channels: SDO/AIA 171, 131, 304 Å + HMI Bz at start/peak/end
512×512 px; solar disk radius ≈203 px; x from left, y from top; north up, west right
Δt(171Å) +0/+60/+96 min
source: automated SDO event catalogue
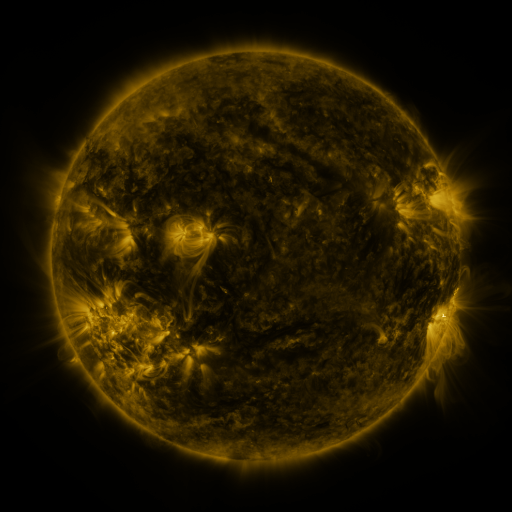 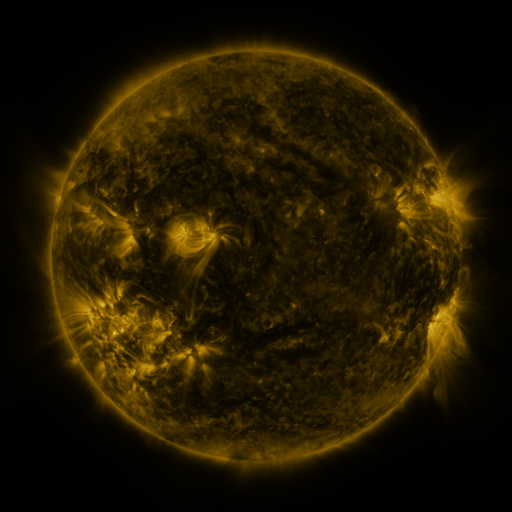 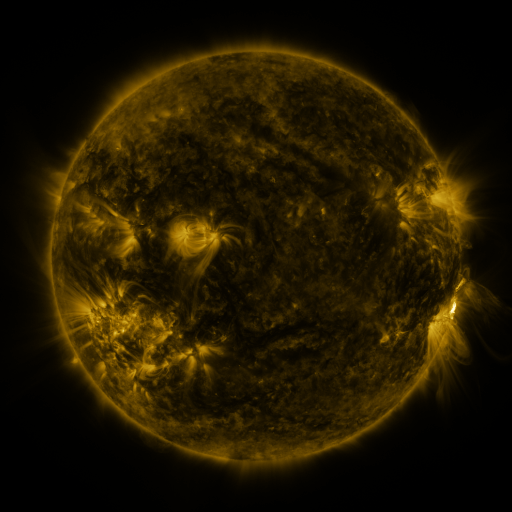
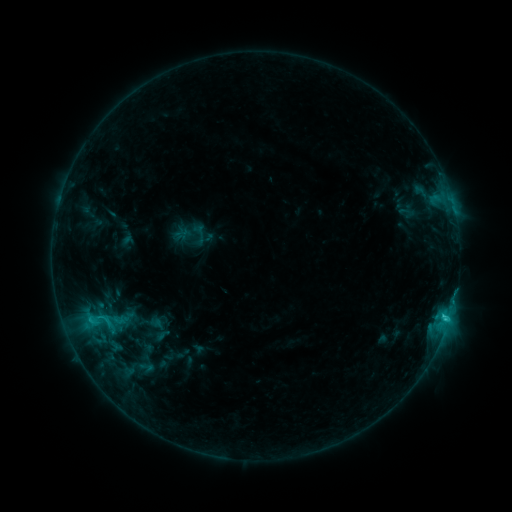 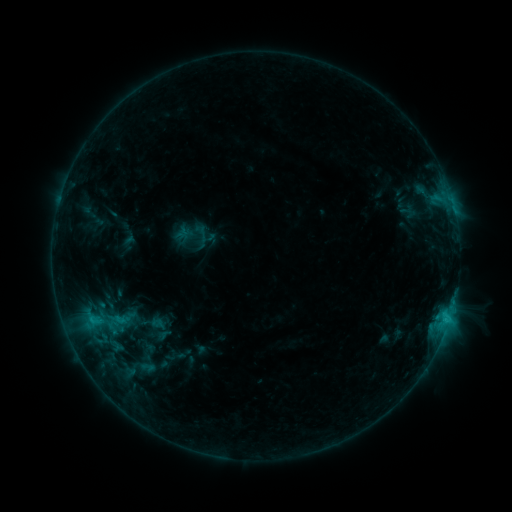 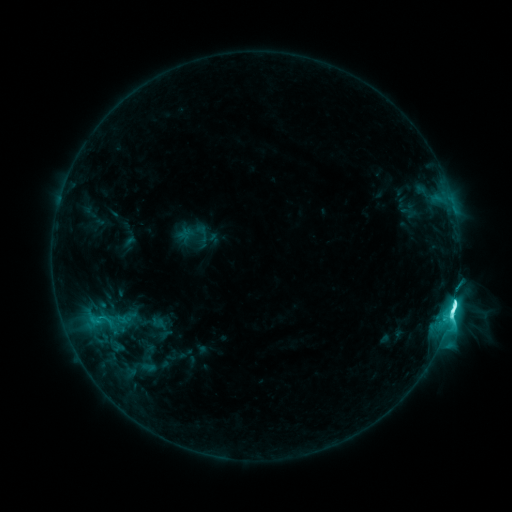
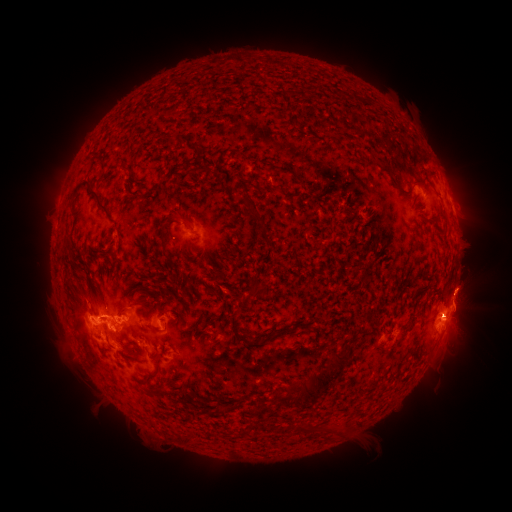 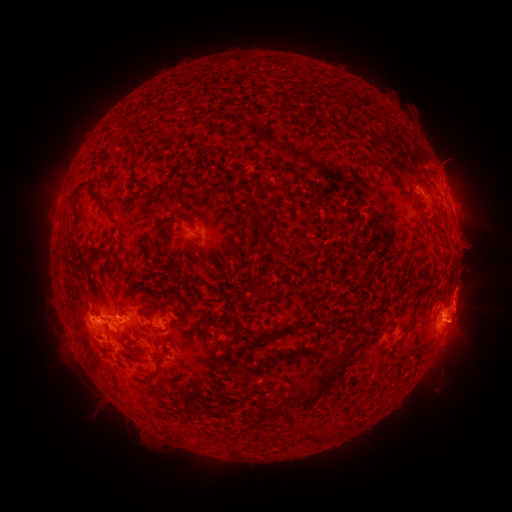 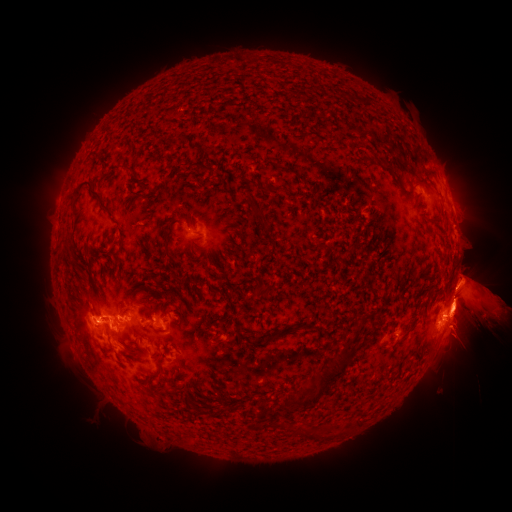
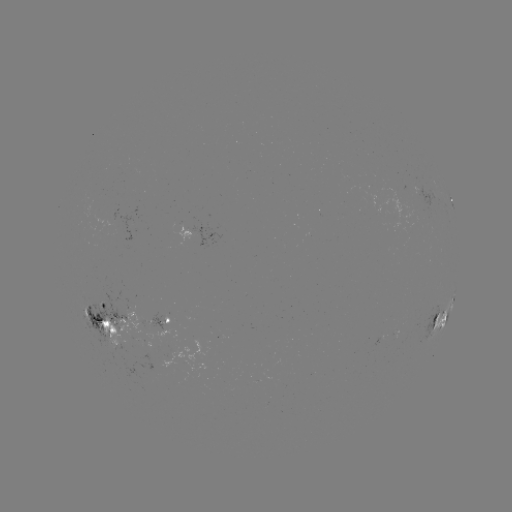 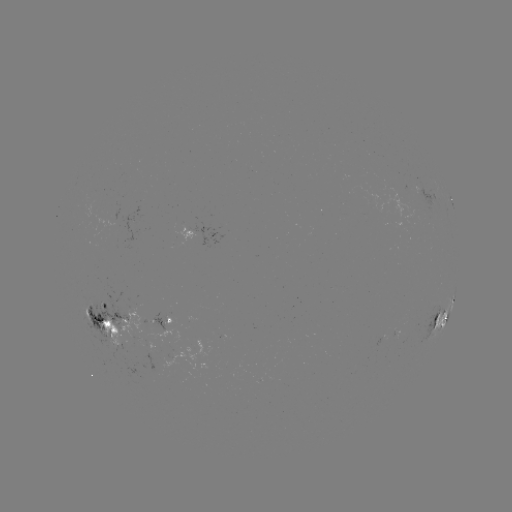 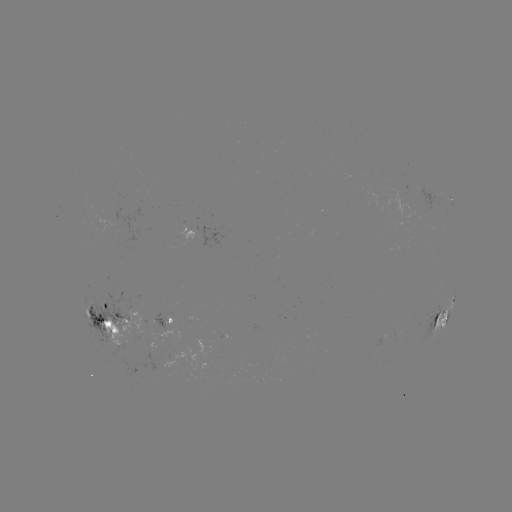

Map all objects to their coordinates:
emerging-flux region: (121, 313)
